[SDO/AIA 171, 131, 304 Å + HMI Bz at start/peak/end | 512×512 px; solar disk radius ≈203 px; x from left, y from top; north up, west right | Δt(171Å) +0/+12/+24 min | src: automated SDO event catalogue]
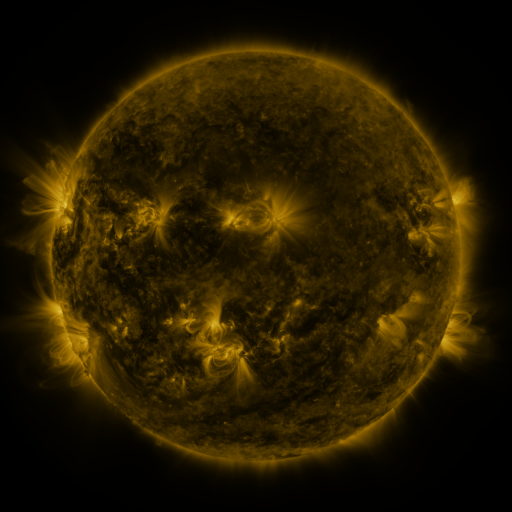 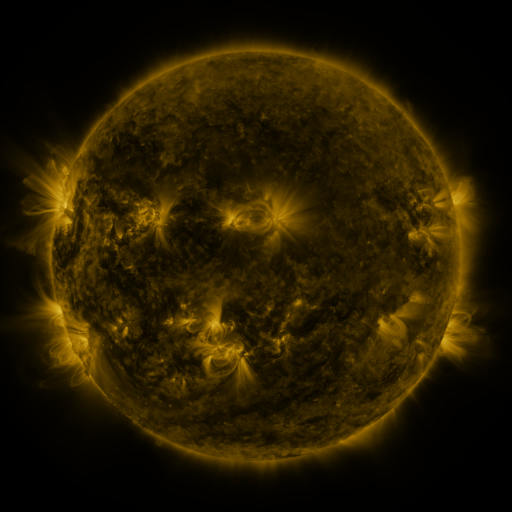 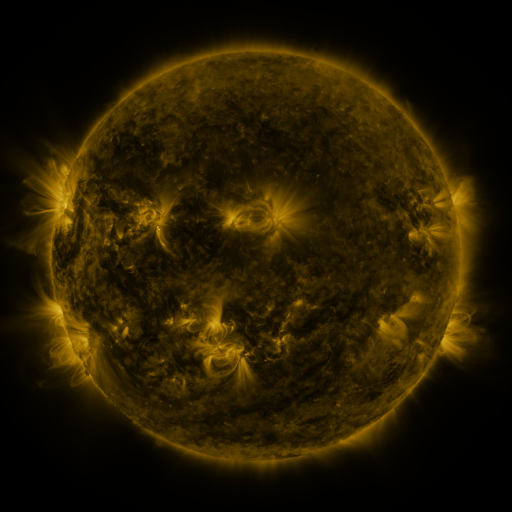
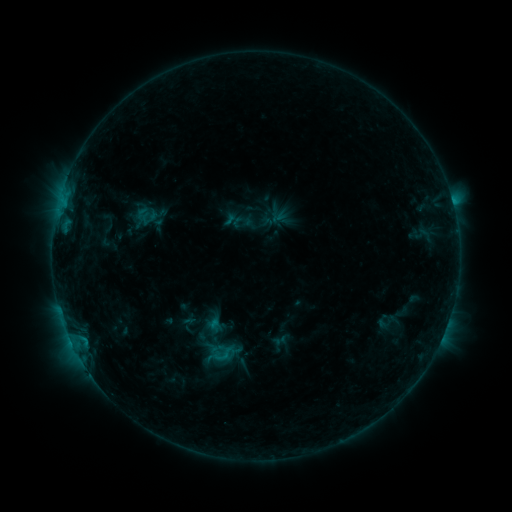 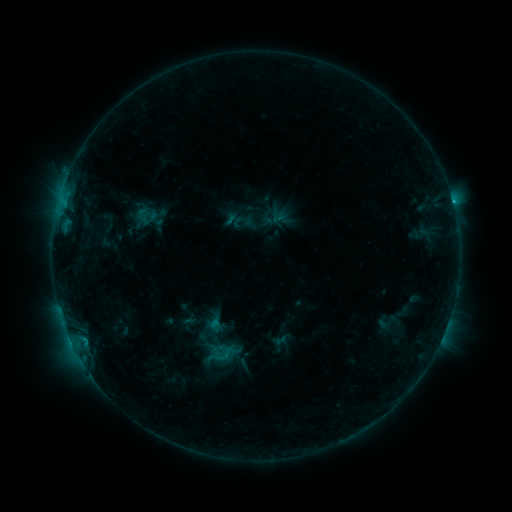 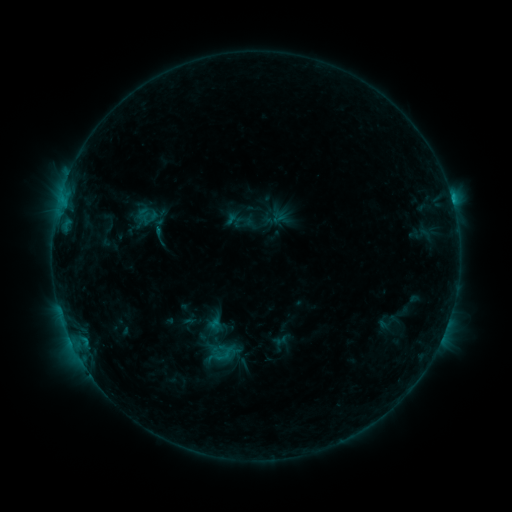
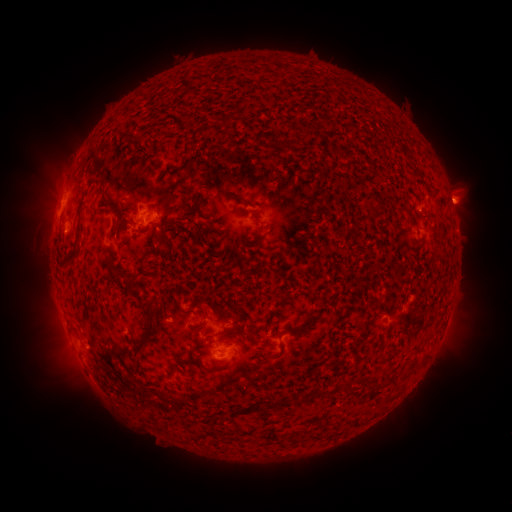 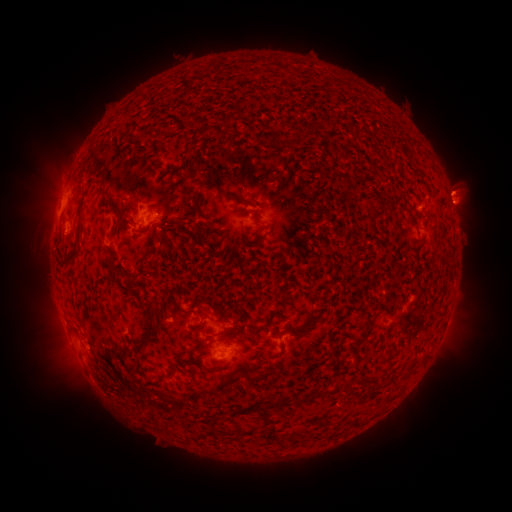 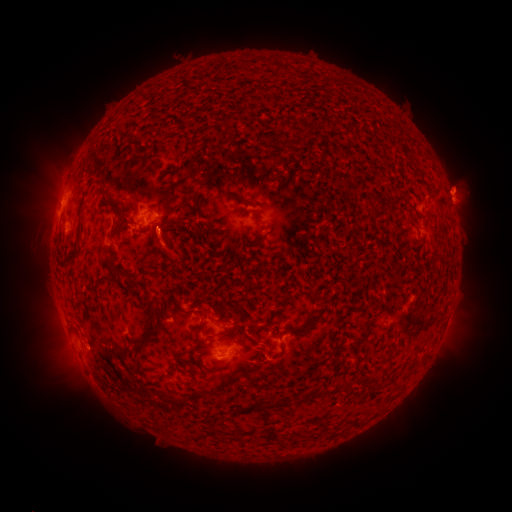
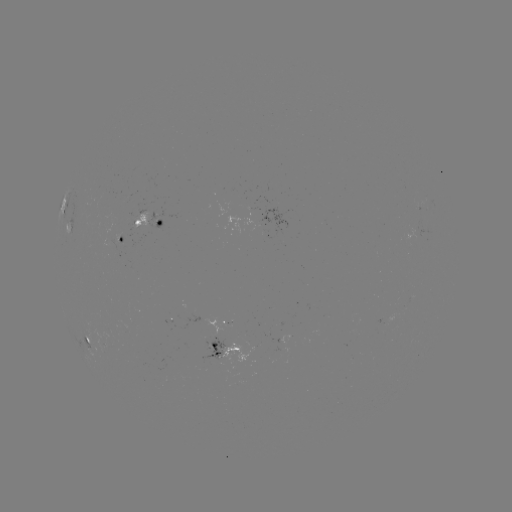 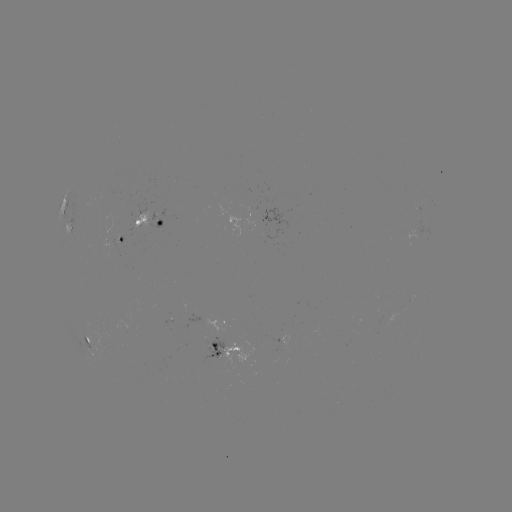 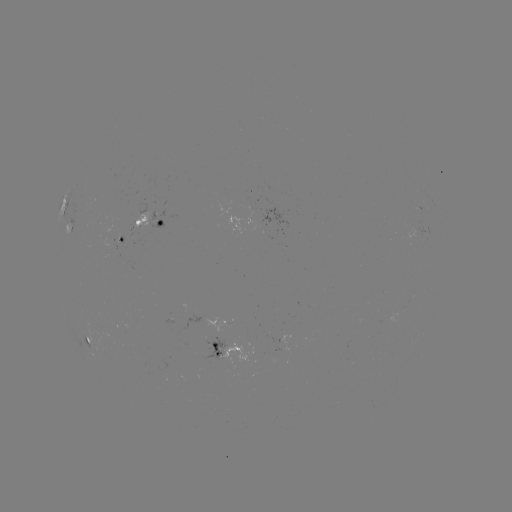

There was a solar eruption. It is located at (457, 187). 